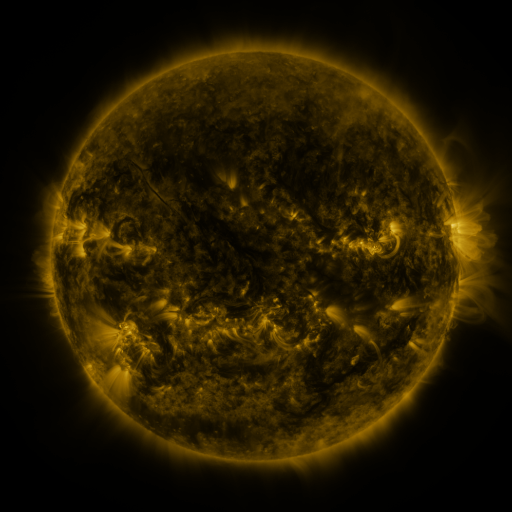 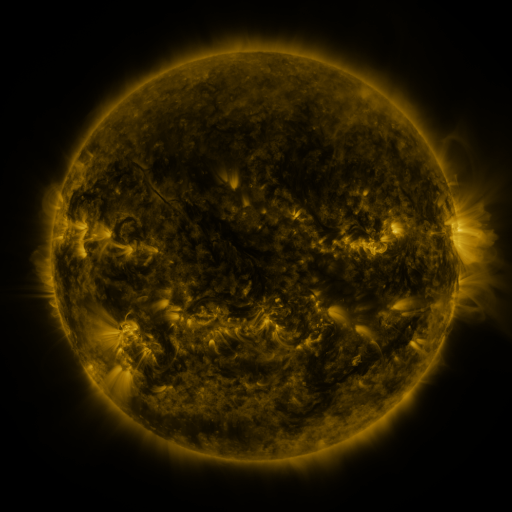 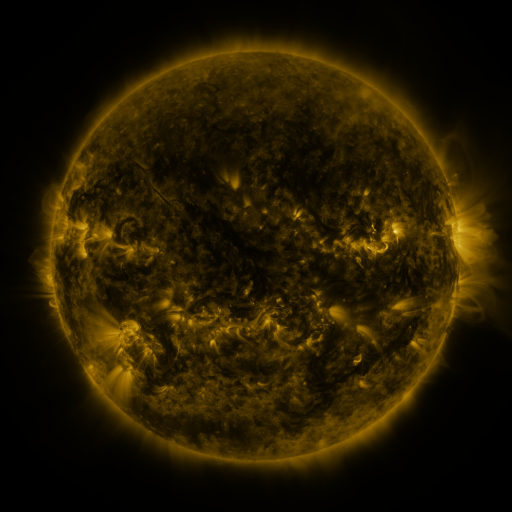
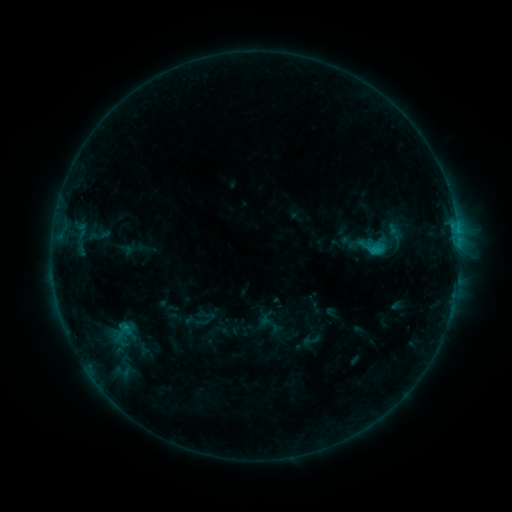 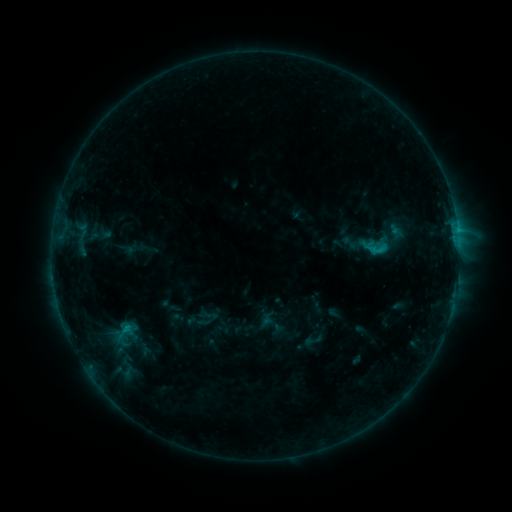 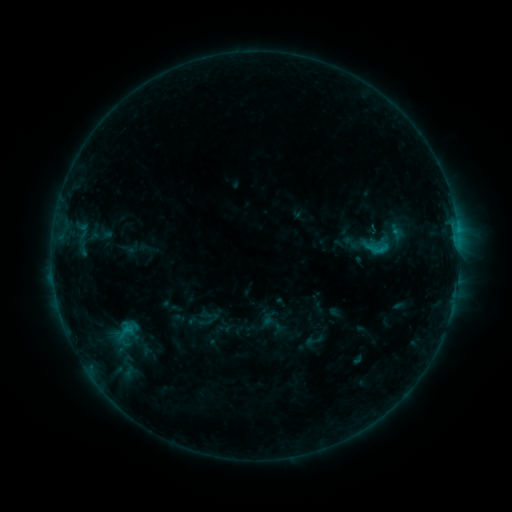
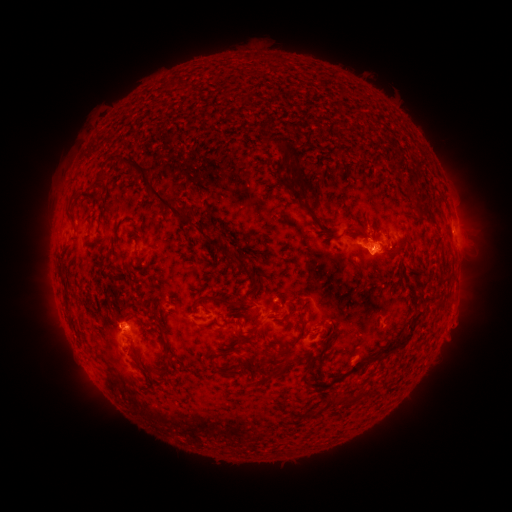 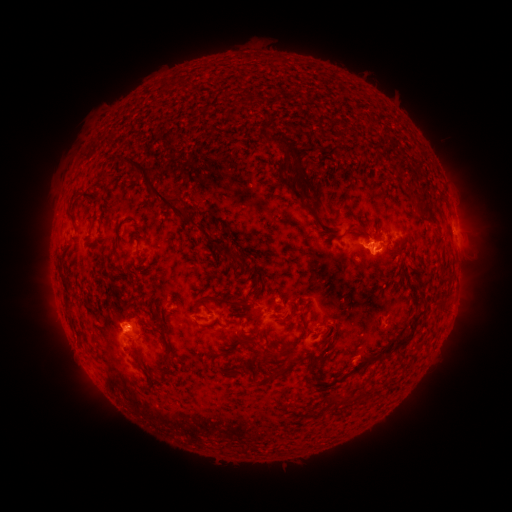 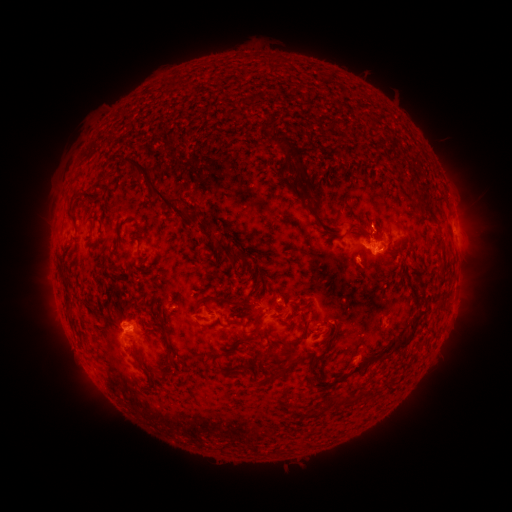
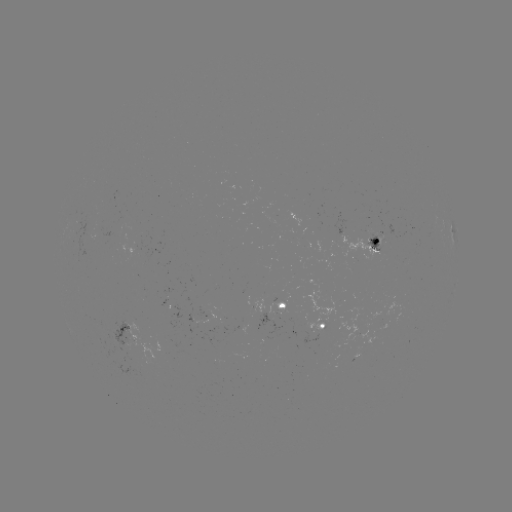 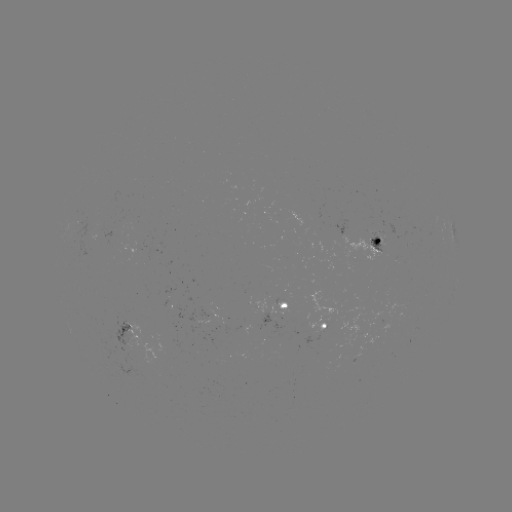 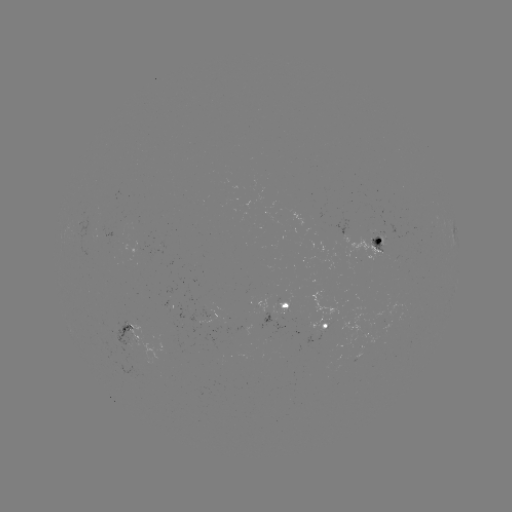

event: emerging-flux region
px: (136, 248)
